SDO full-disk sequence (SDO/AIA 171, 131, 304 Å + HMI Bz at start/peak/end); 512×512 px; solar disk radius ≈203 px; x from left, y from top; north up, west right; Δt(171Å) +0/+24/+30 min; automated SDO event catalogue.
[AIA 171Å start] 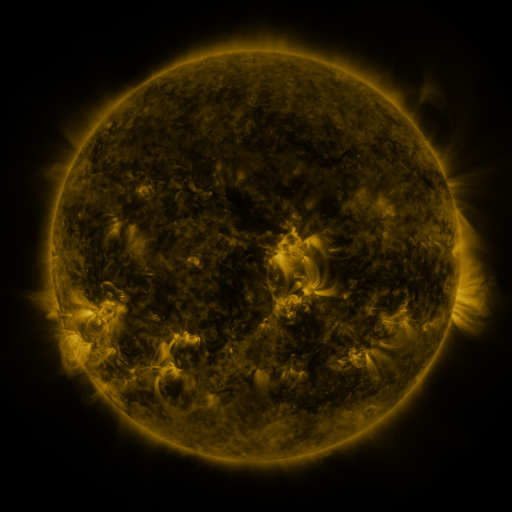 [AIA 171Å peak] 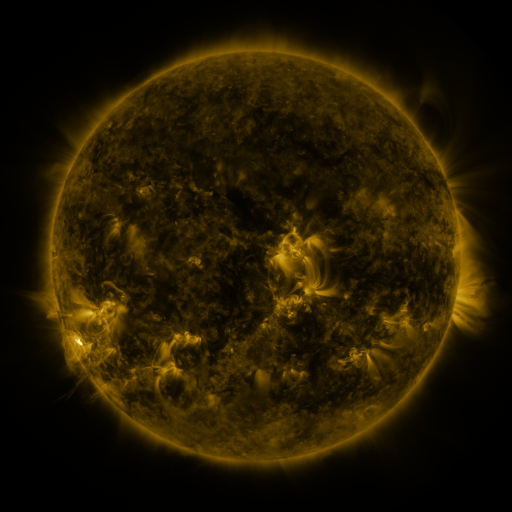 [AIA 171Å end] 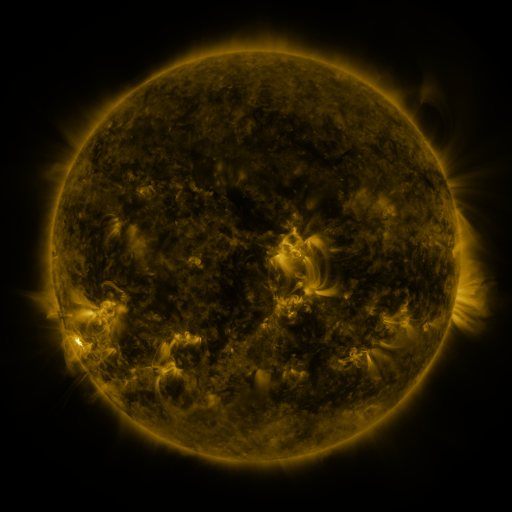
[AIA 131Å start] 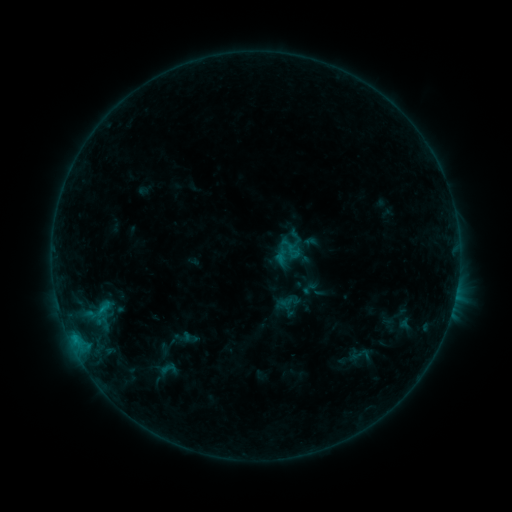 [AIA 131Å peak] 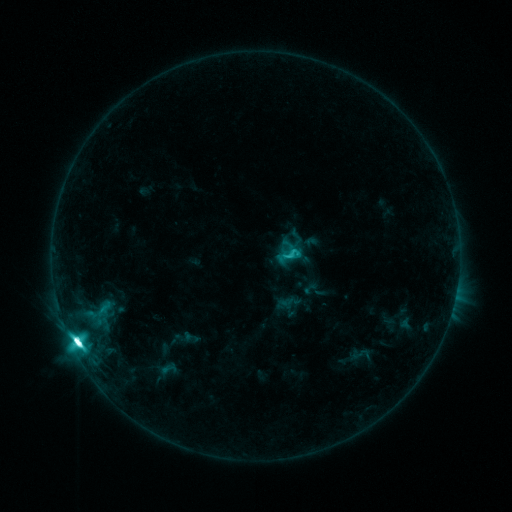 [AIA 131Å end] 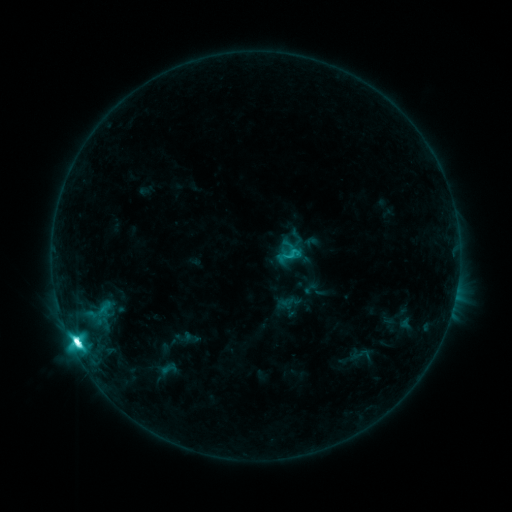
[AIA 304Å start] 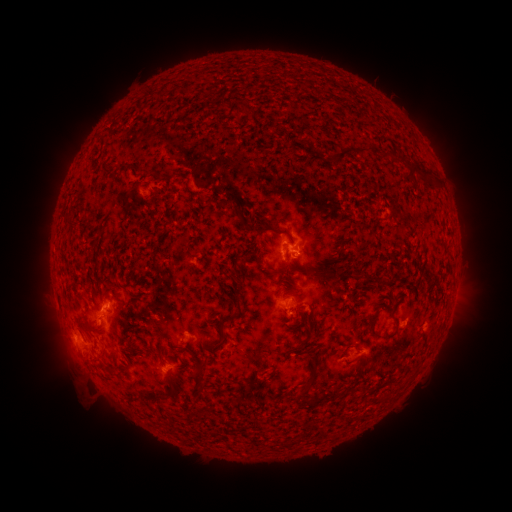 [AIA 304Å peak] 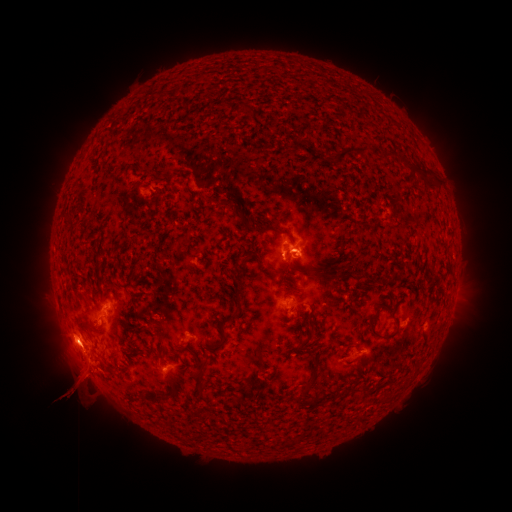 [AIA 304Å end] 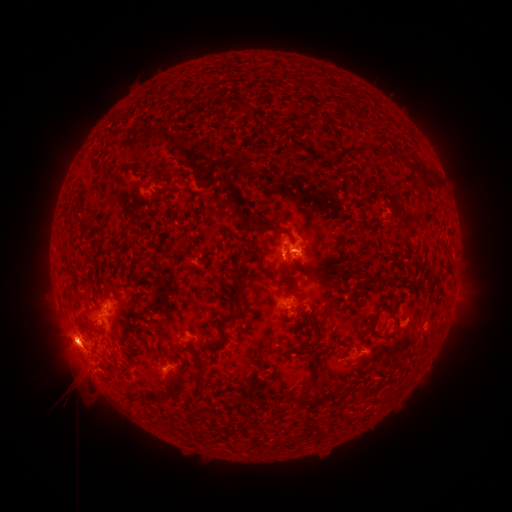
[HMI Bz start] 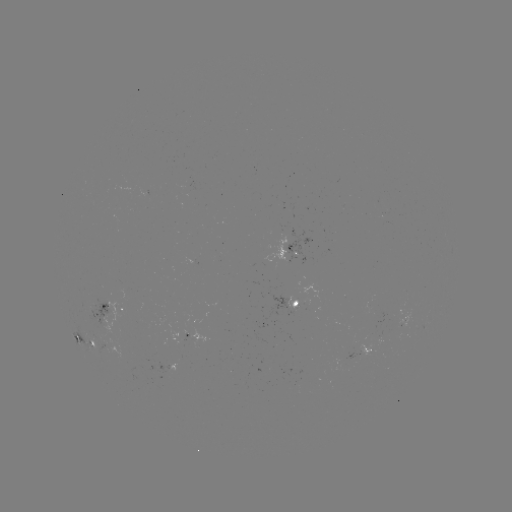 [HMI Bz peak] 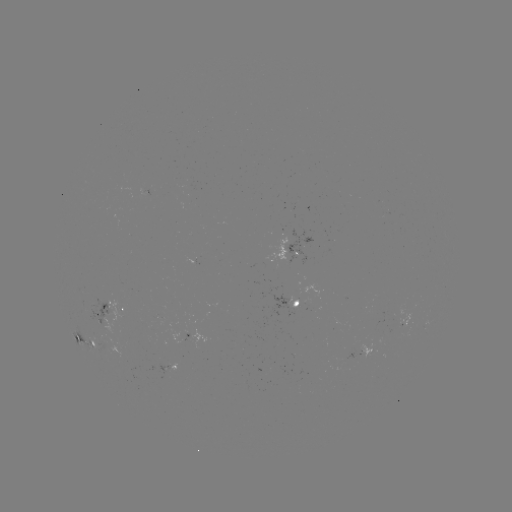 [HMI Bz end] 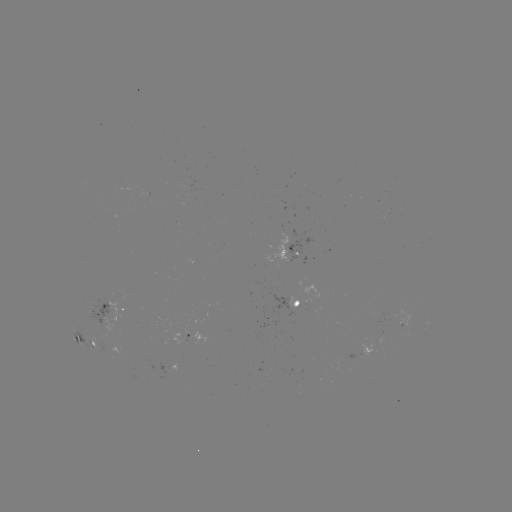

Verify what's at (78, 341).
M2.8 flare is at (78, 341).